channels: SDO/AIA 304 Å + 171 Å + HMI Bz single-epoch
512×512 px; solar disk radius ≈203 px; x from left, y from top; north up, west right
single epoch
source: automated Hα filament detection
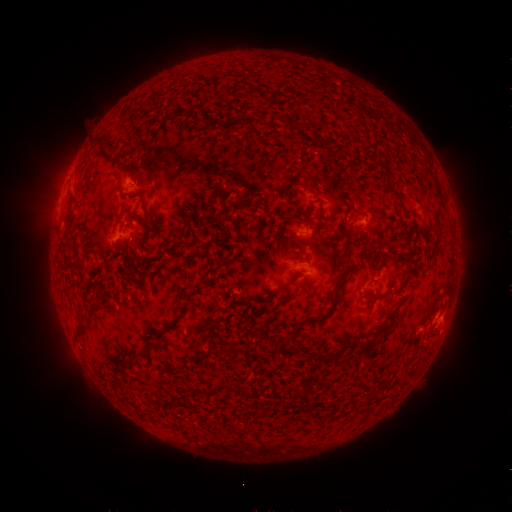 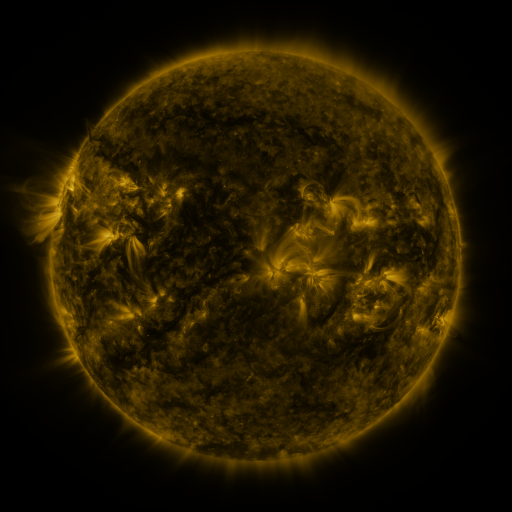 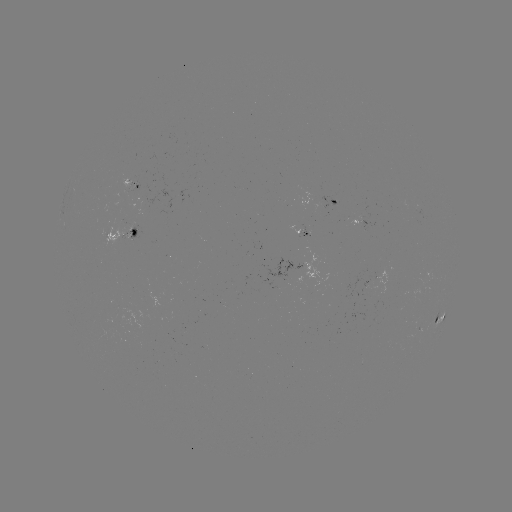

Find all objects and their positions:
filament: [174, 107, 188, 118]
filament: [94, 136, 105, 144]
filament: [122, 235, 130, 247]
filament: [338, 248, 351, 261]
filament: [267, 277, 296, 298]
filament: [331, 281, 344, 304]
filament: [316, 313, 328, 322]
filament: [73, 322, 88, 339]
filament: [126, 346, 149, 363]
filament: [223, 382, 238, 393]
filament: [295, 390, 307, 400]
